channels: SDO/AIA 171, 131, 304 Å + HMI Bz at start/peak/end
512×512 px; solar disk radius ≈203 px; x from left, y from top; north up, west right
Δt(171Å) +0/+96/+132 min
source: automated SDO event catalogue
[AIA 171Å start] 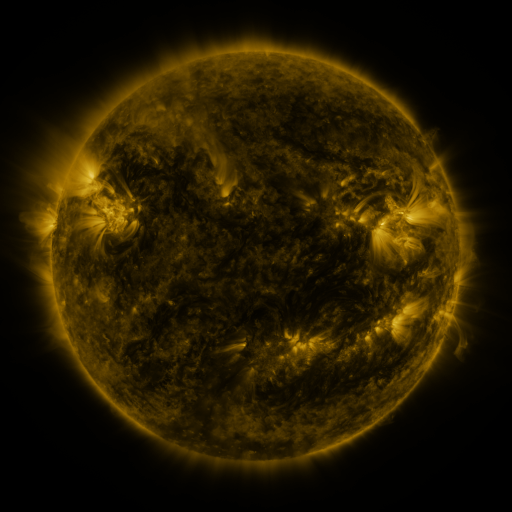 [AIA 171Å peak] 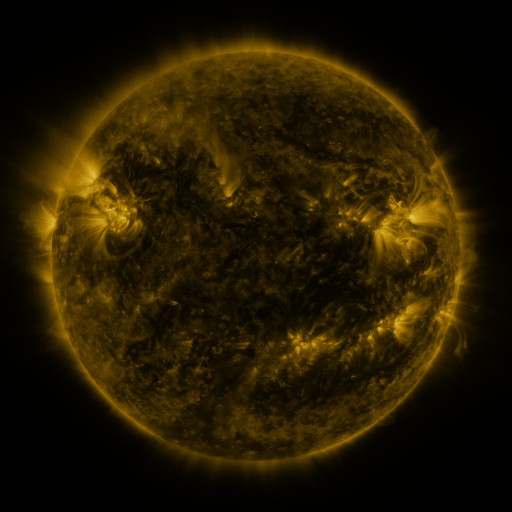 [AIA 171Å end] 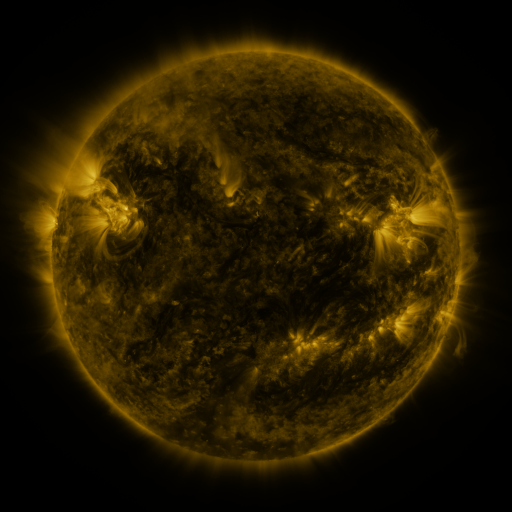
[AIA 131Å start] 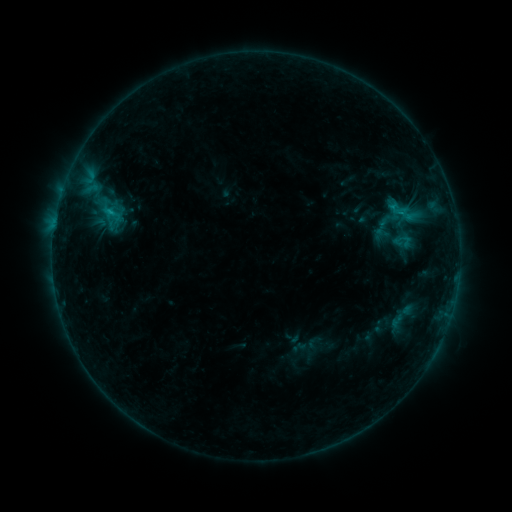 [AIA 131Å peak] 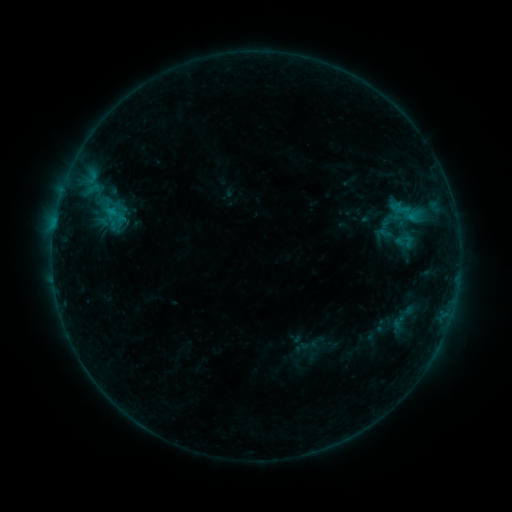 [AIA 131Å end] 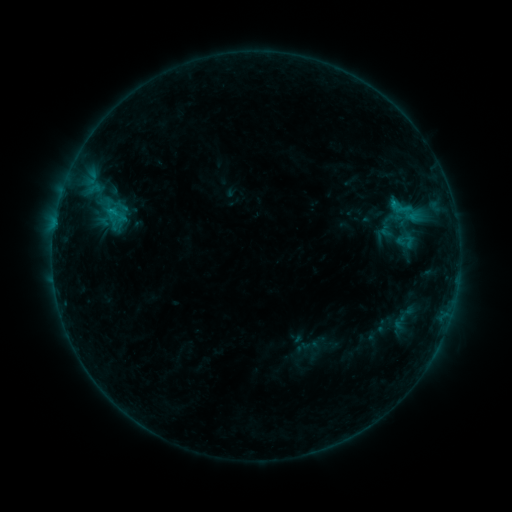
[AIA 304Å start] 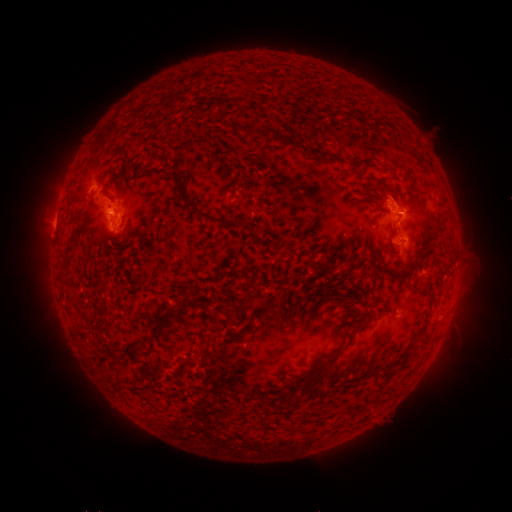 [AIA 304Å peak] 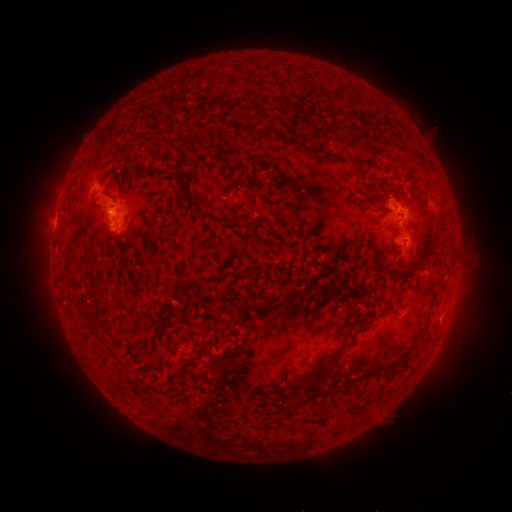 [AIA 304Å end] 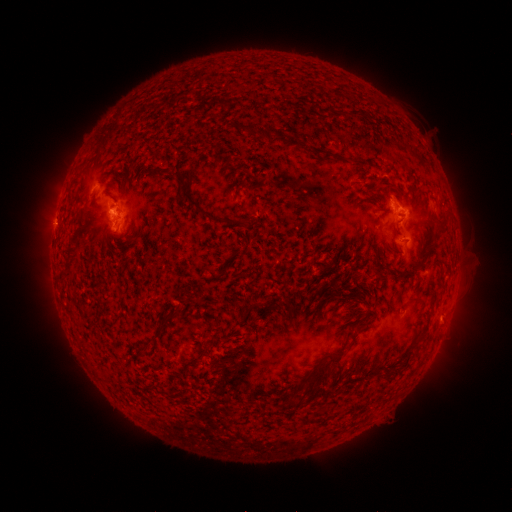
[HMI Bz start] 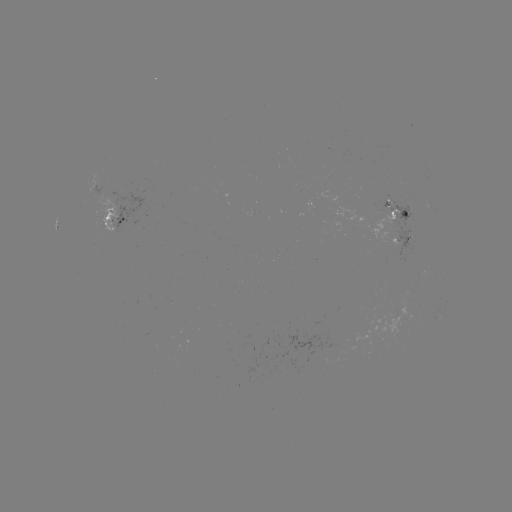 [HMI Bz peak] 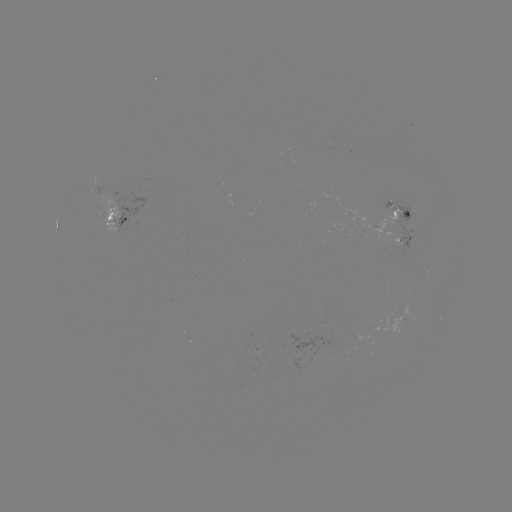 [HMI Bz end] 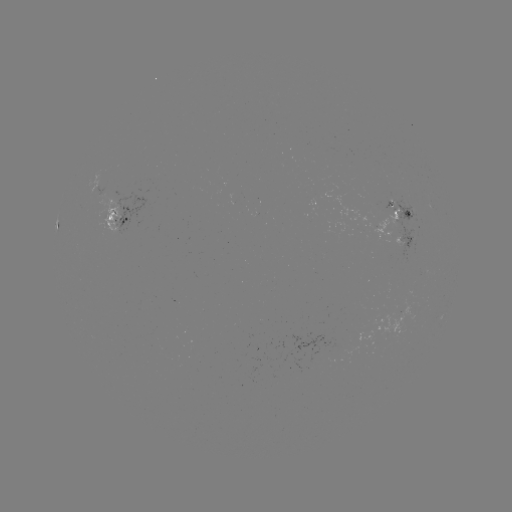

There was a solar emerging-flux region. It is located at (356, 222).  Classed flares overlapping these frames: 1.